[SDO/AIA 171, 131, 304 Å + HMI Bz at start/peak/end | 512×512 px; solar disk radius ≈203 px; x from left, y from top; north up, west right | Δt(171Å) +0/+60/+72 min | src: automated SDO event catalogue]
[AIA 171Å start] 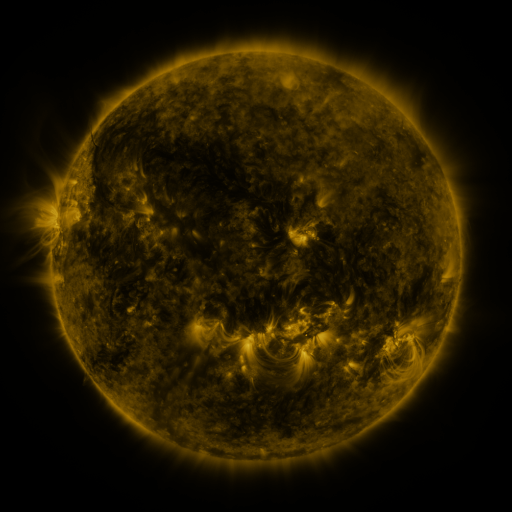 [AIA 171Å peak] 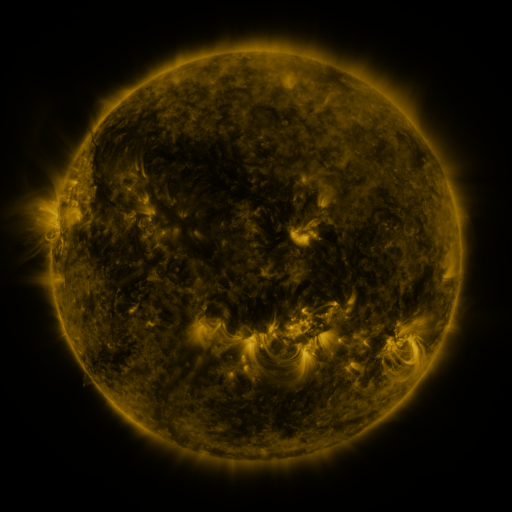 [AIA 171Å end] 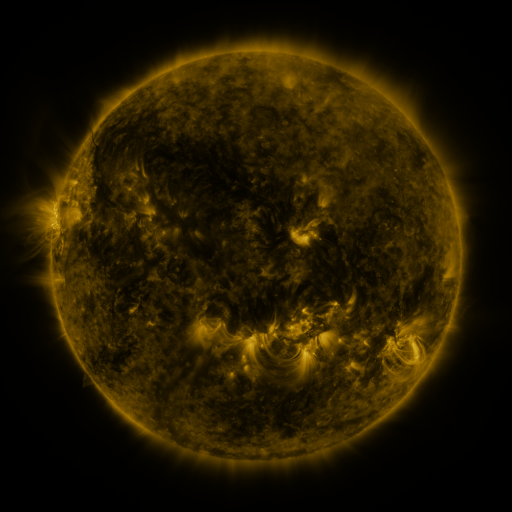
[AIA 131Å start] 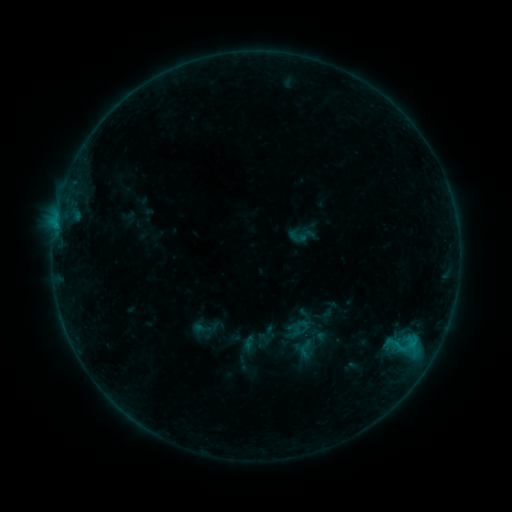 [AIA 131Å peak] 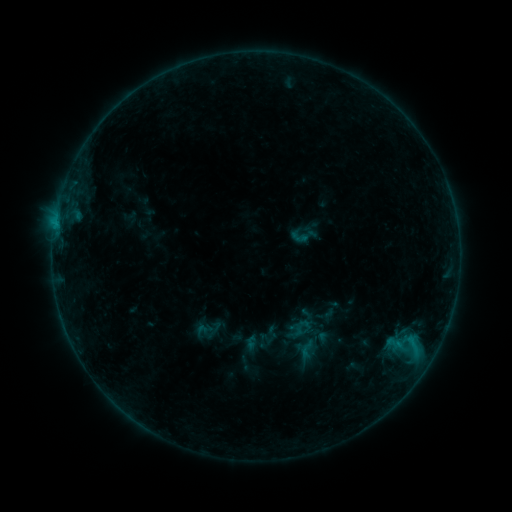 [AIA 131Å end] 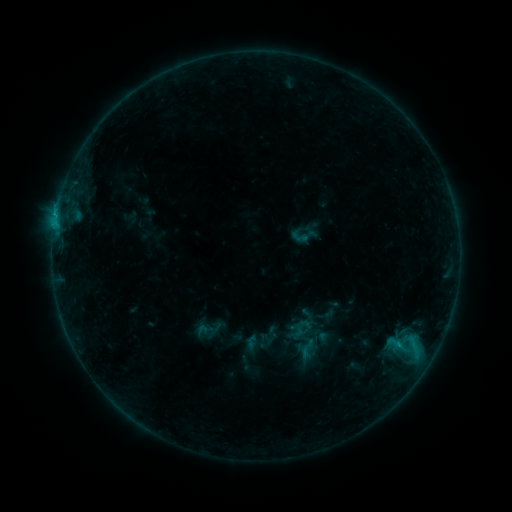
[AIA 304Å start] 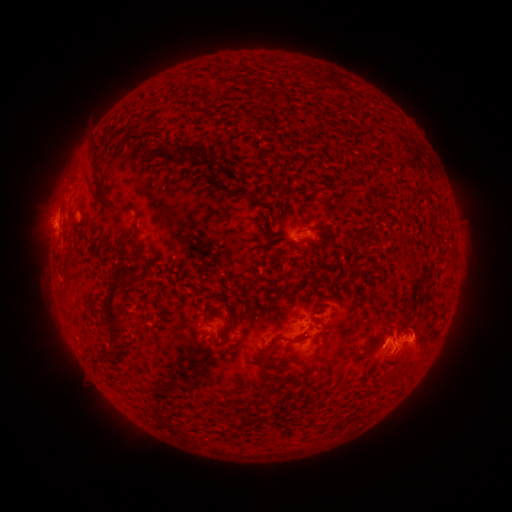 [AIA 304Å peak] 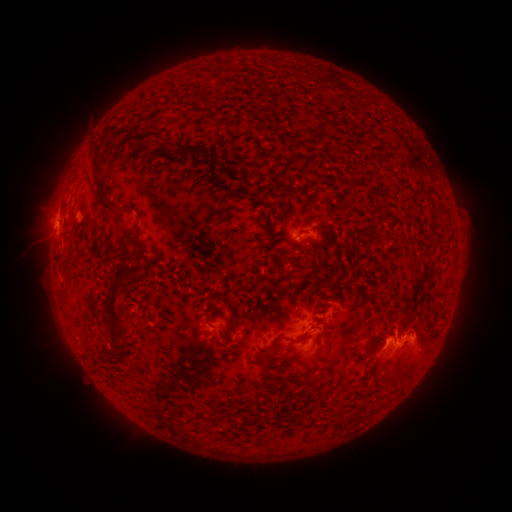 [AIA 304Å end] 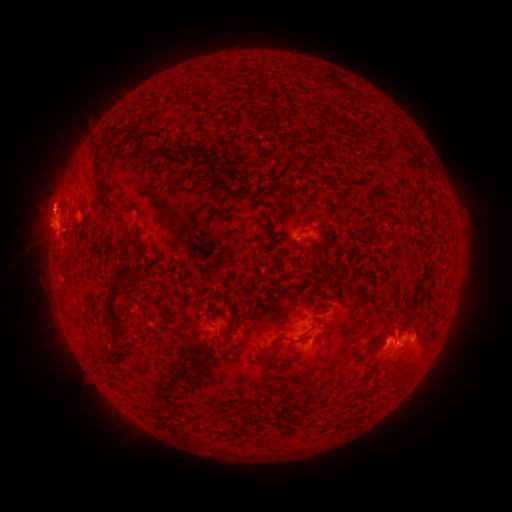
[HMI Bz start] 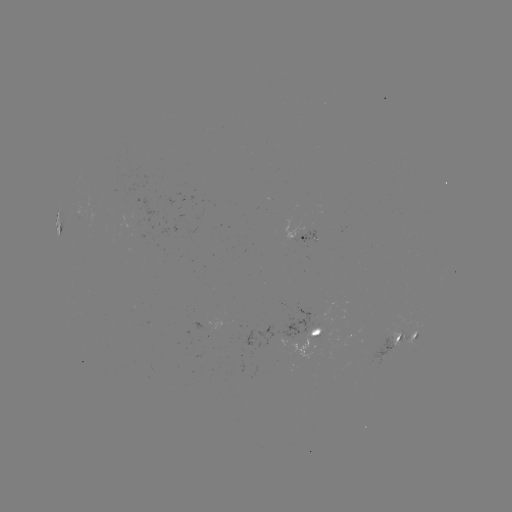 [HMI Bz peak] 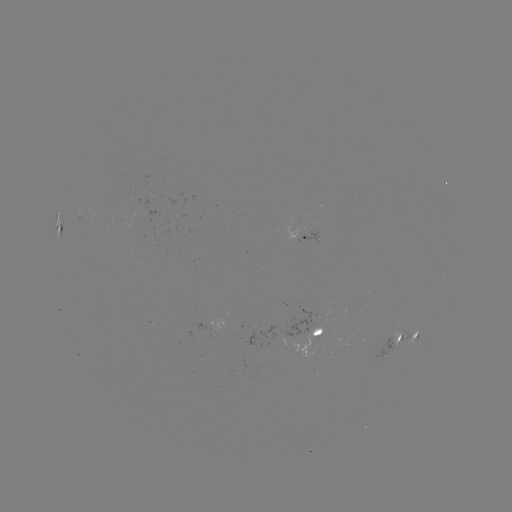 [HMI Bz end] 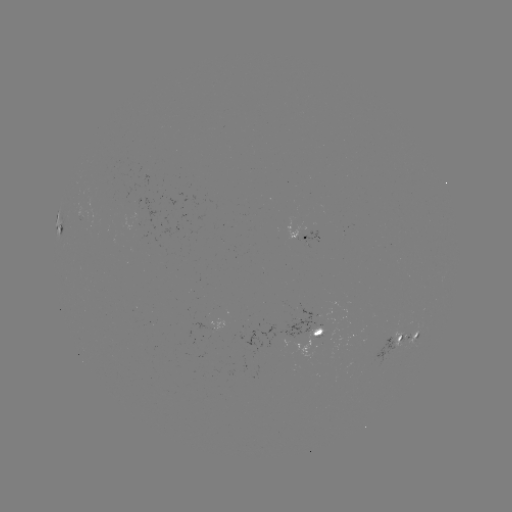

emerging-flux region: [390, 321, 403, 346]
